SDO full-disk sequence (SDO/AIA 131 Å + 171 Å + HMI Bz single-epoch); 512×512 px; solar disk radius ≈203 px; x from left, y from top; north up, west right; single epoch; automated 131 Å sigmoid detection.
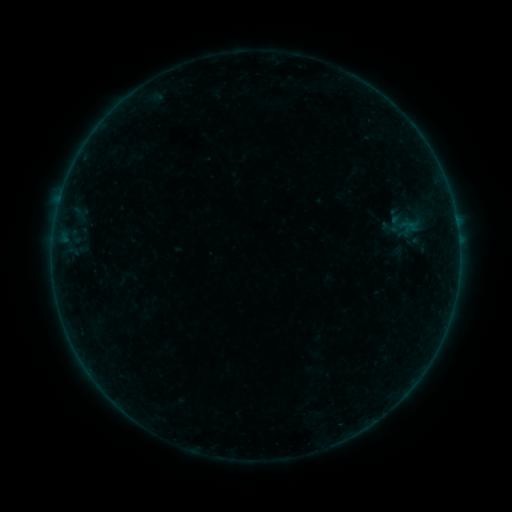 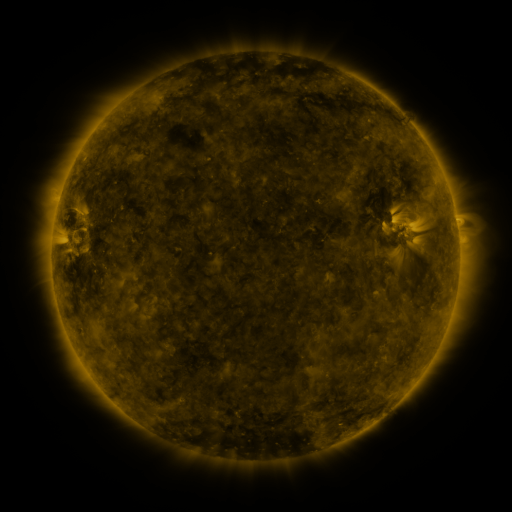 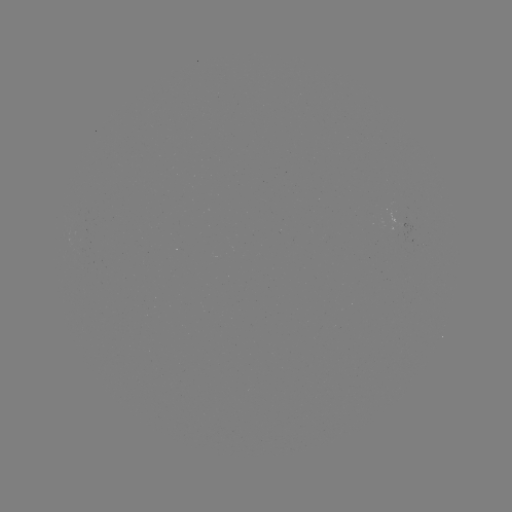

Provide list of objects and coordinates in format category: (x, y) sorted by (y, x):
sigmoid: (409, 224)
